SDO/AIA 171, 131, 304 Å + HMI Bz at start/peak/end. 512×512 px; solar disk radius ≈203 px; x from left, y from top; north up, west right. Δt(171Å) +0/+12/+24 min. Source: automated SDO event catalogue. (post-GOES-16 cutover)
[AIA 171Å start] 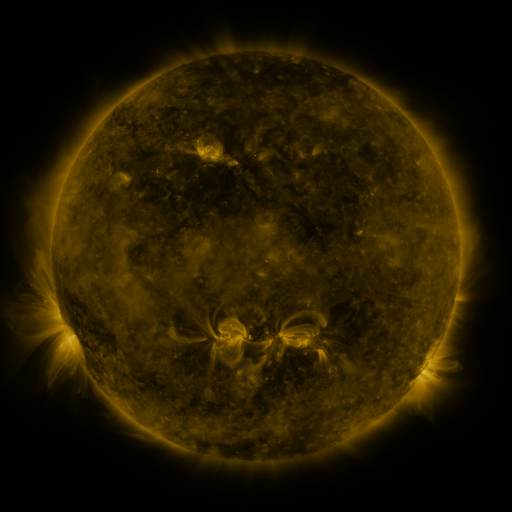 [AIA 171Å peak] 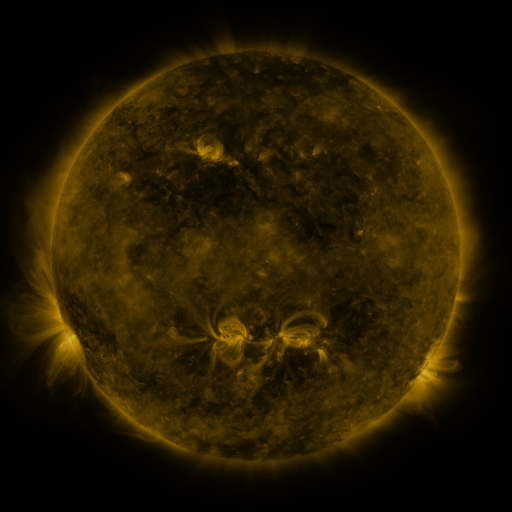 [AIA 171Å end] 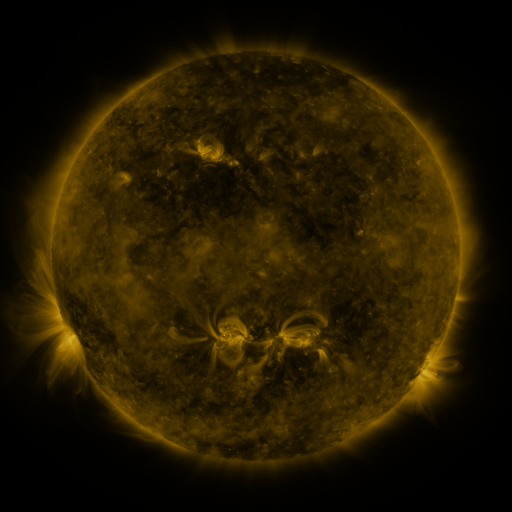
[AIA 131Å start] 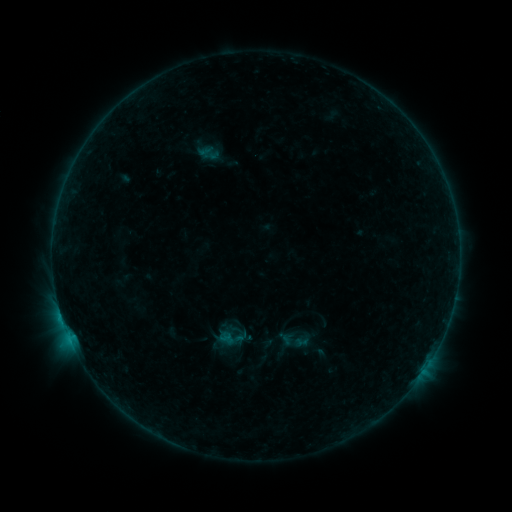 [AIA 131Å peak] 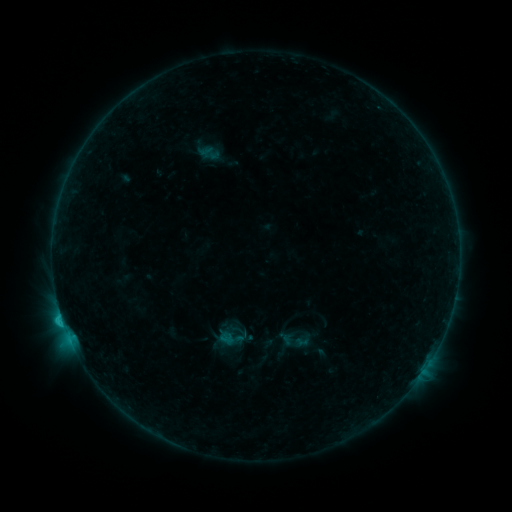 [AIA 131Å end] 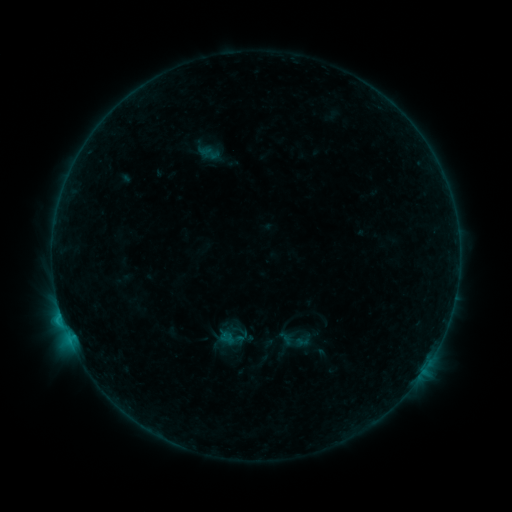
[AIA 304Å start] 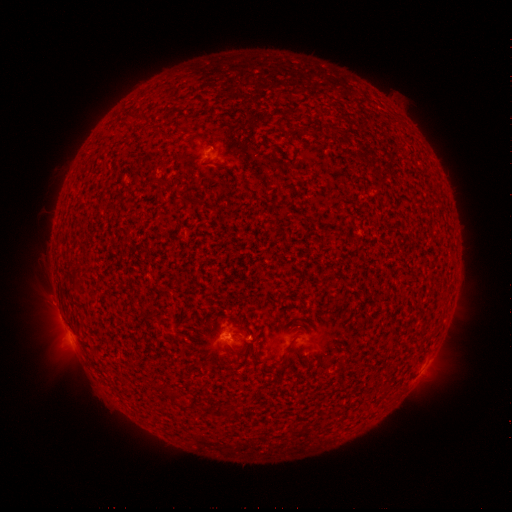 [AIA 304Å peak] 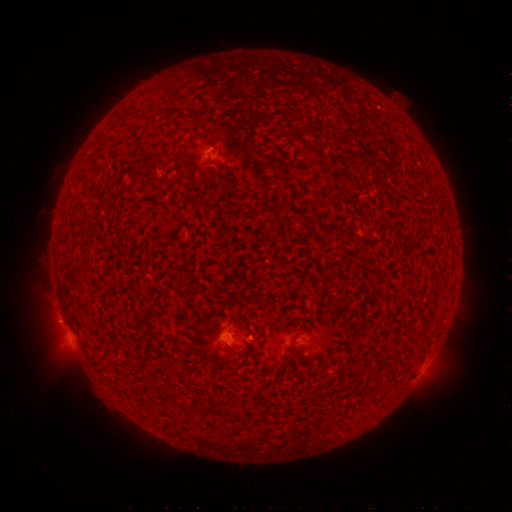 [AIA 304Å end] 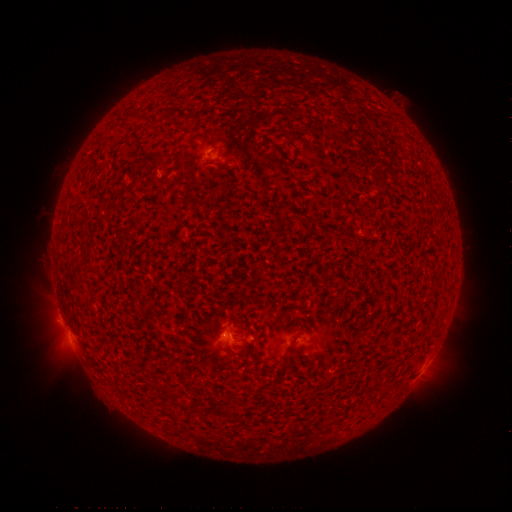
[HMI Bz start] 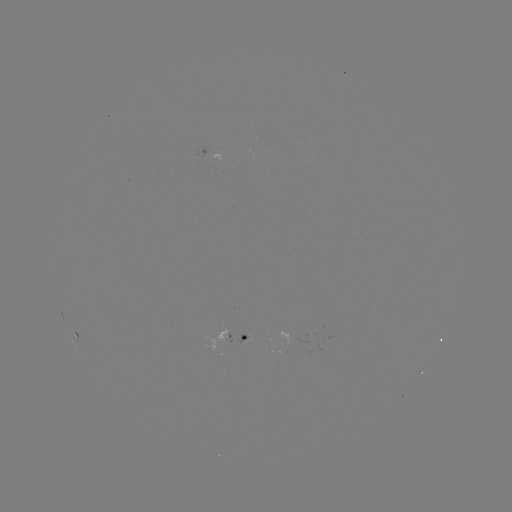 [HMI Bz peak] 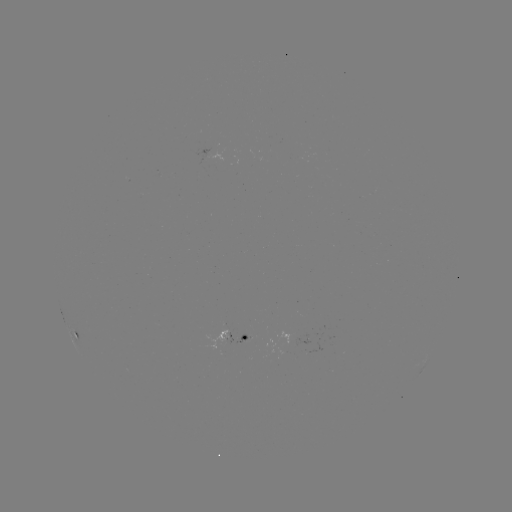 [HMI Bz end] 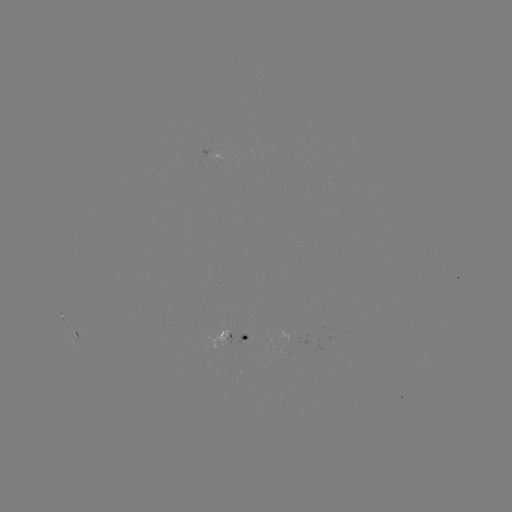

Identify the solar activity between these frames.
C1.2 flare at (62, 318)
